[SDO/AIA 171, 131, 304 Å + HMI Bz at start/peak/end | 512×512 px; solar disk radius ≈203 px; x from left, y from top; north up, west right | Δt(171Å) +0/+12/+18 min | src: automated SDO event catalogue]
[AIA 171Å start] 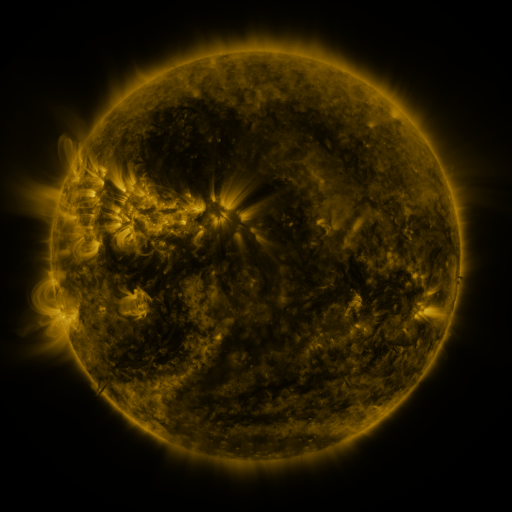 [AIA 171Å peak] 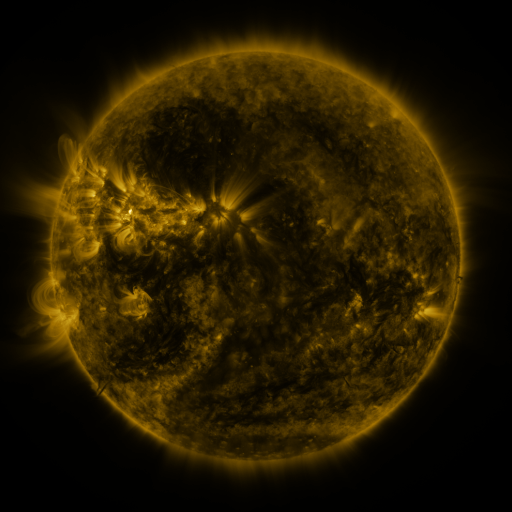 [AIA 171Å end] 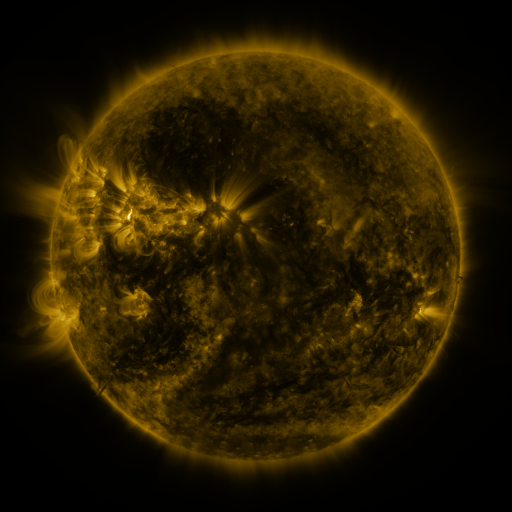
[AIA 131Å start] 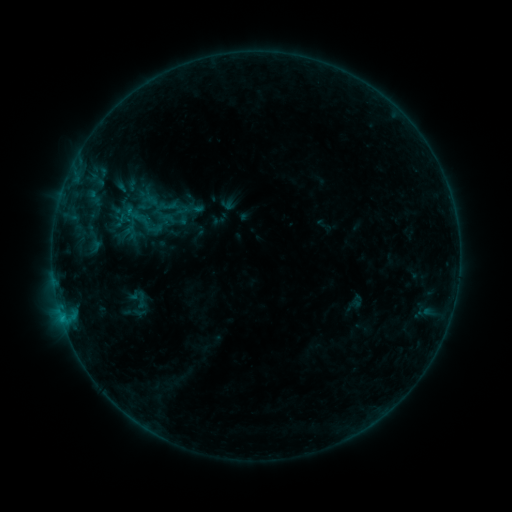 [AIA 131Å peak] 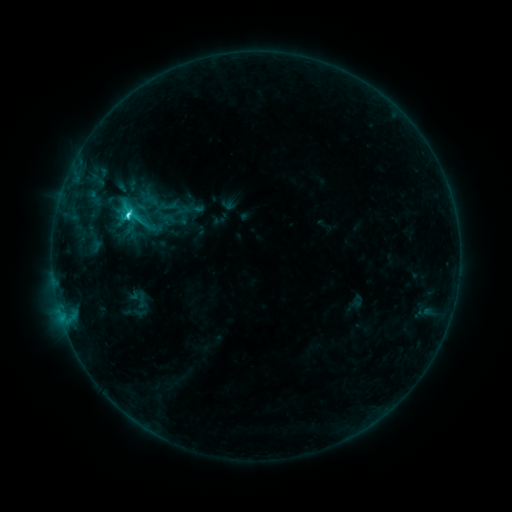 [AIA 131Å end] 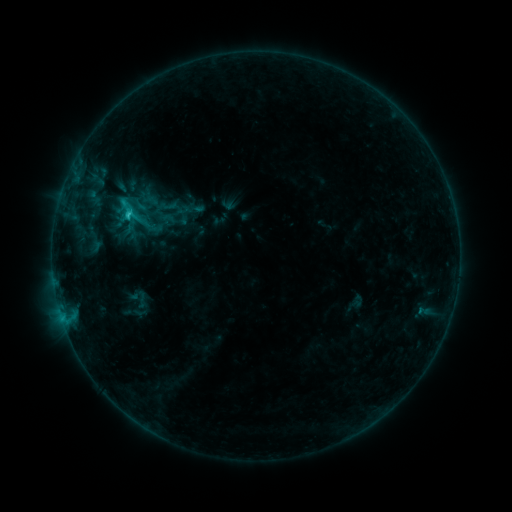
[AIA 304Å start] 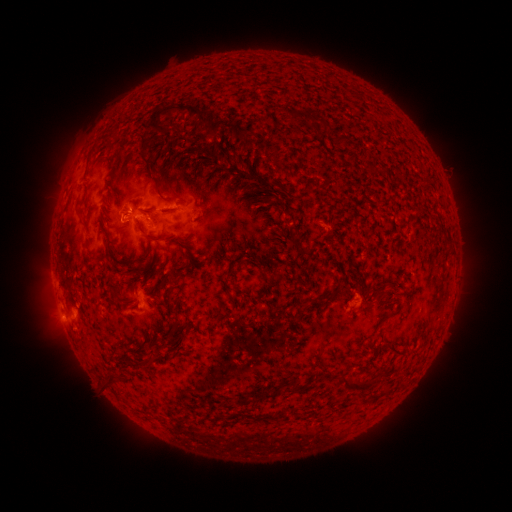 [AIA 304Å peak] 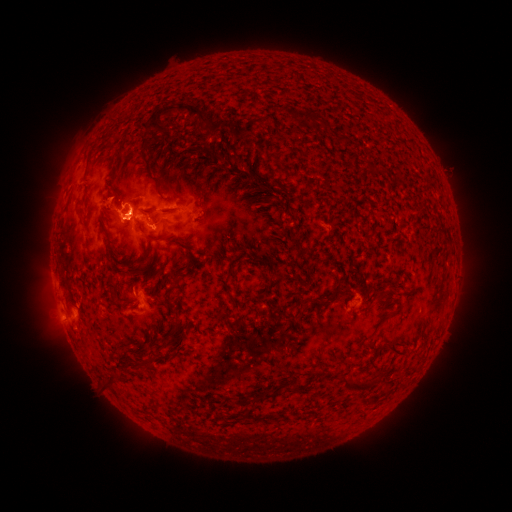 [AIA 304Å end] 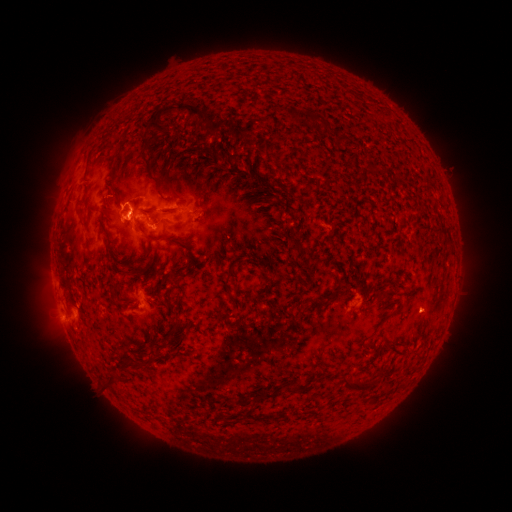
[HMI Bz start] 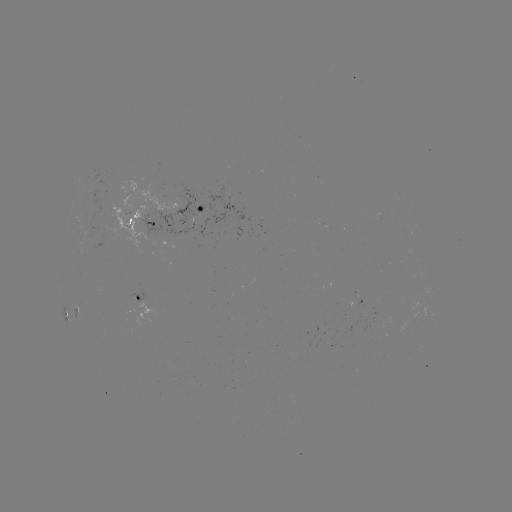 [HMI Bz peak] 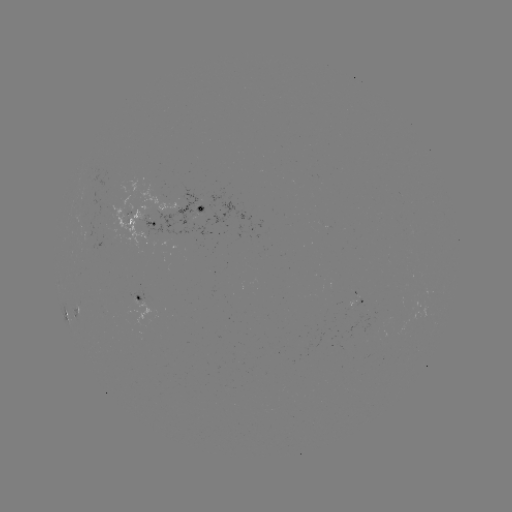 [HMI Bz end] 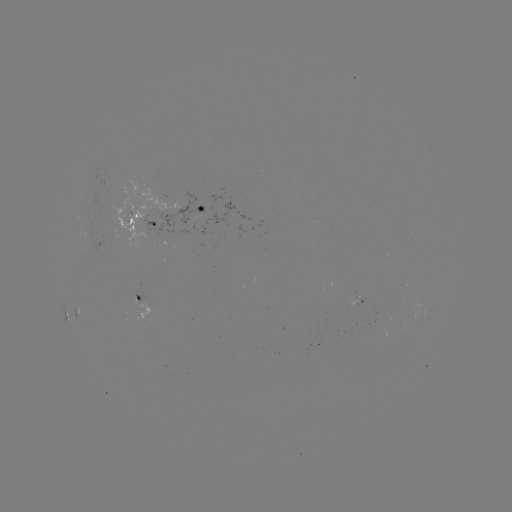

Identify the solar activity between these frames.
eruption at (112, 203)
